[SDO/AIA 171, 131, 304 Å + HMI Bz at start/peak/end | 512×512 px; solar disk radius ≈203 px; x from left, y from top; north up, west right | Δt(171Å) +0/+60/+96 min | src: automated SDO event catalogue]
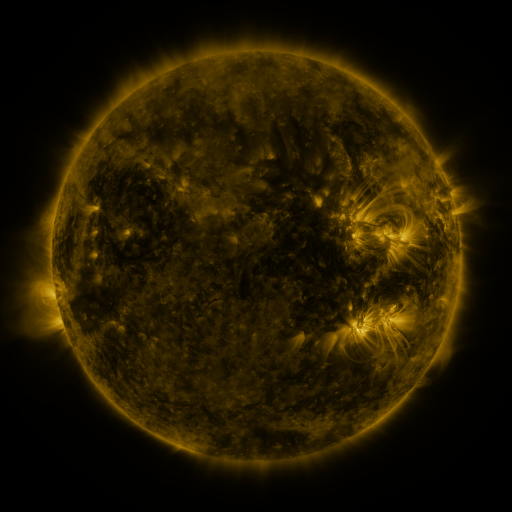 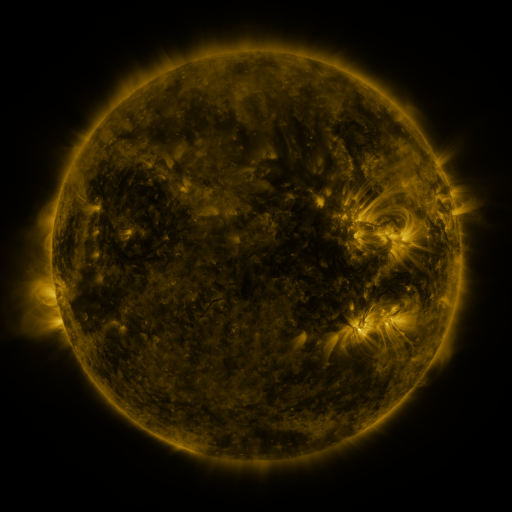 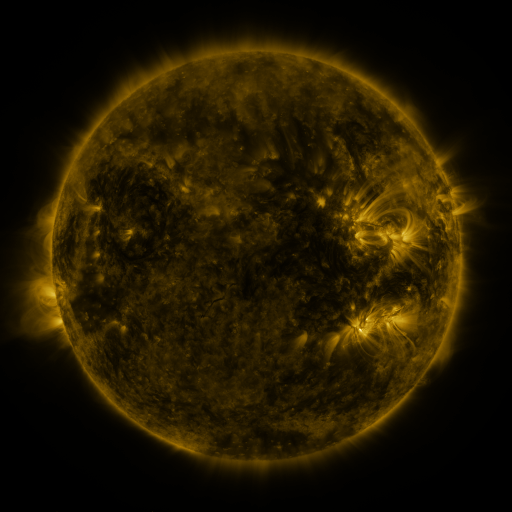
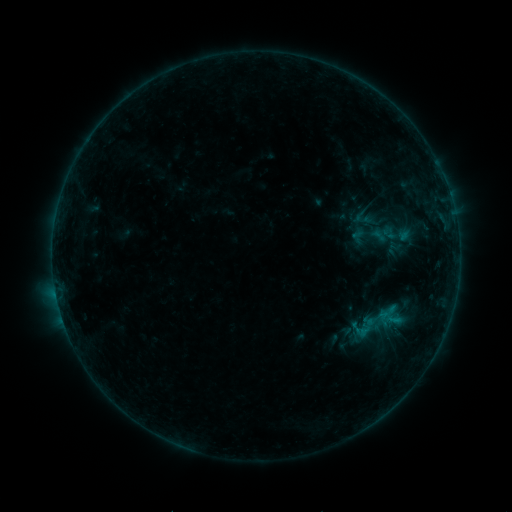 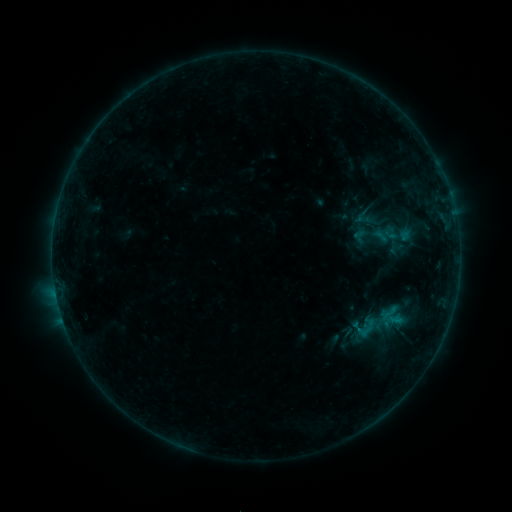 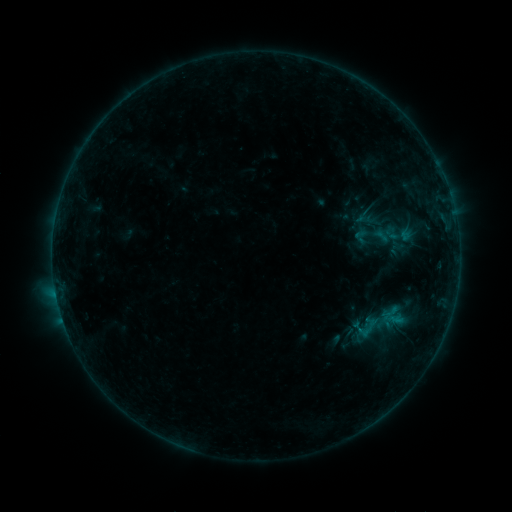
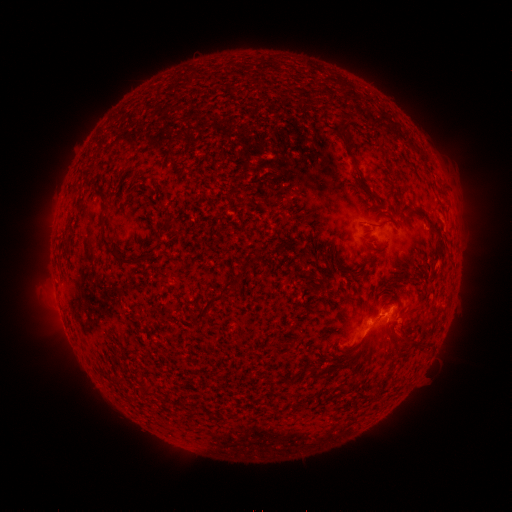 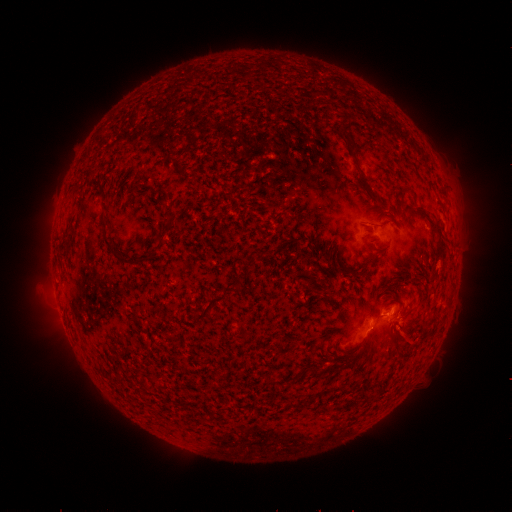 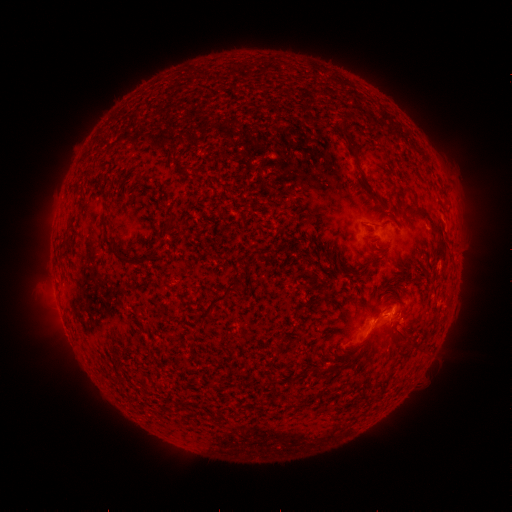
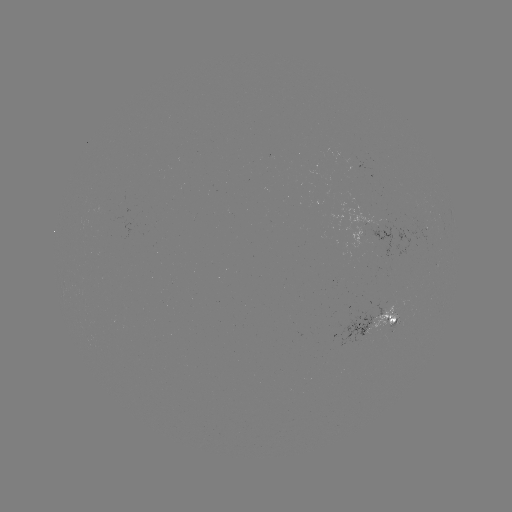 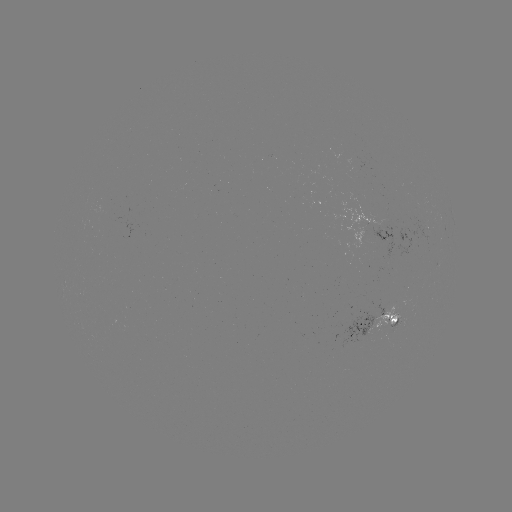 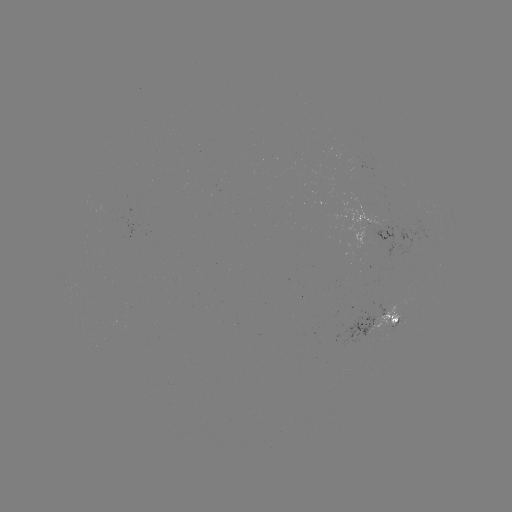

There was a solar emerging-flux region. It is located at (391, 325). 